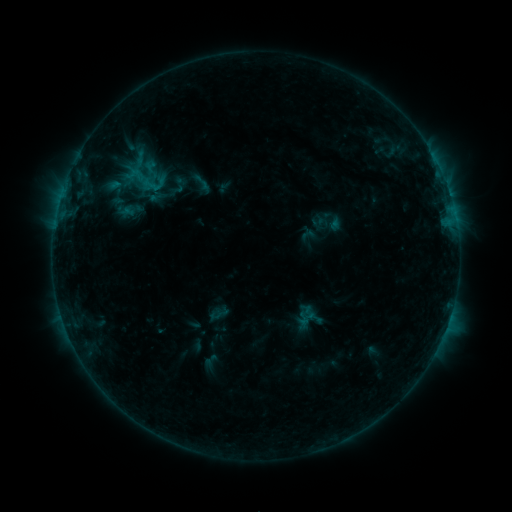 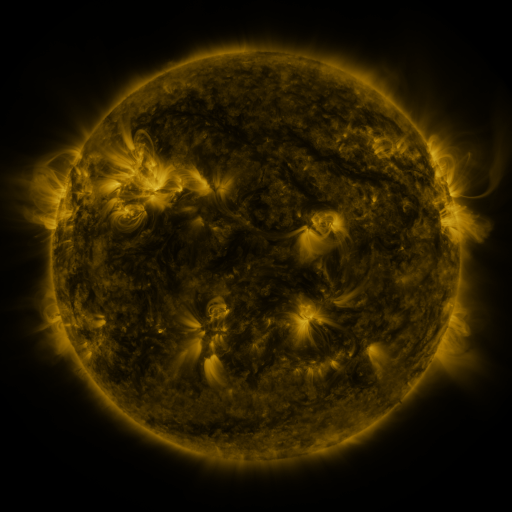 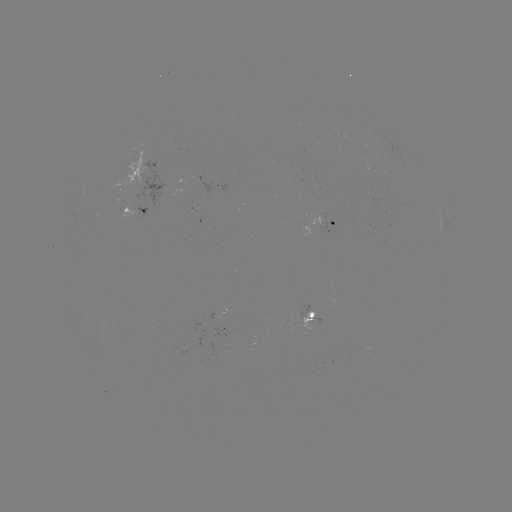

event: sigmoid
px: (202, 183)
